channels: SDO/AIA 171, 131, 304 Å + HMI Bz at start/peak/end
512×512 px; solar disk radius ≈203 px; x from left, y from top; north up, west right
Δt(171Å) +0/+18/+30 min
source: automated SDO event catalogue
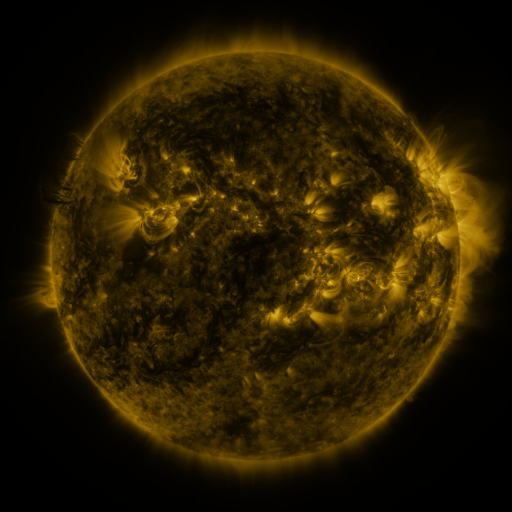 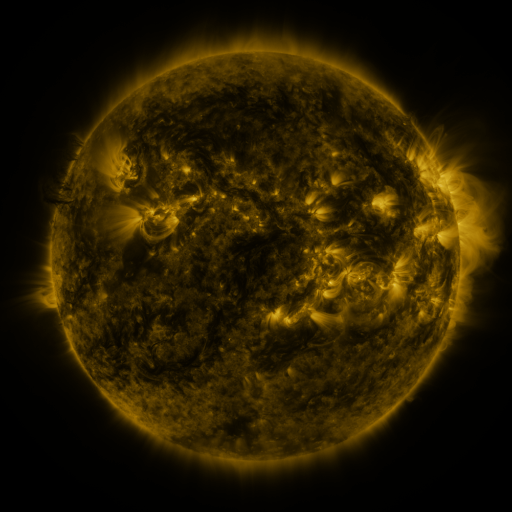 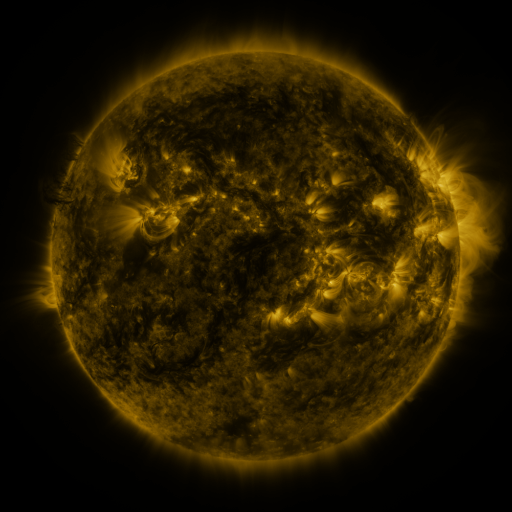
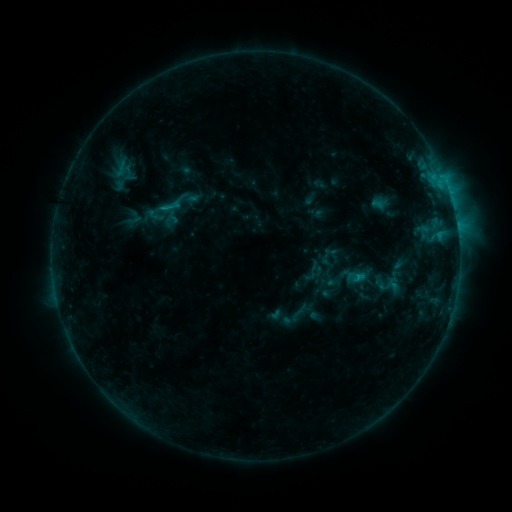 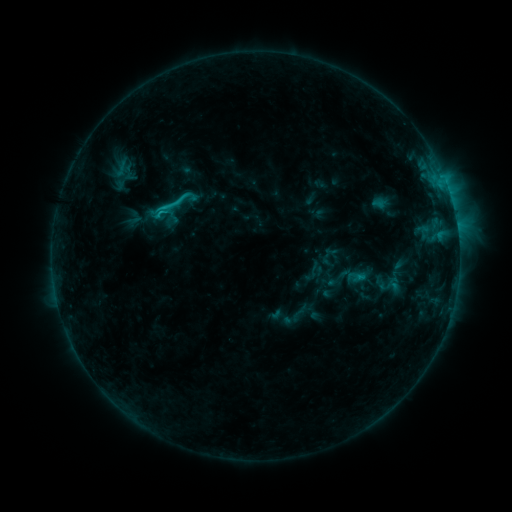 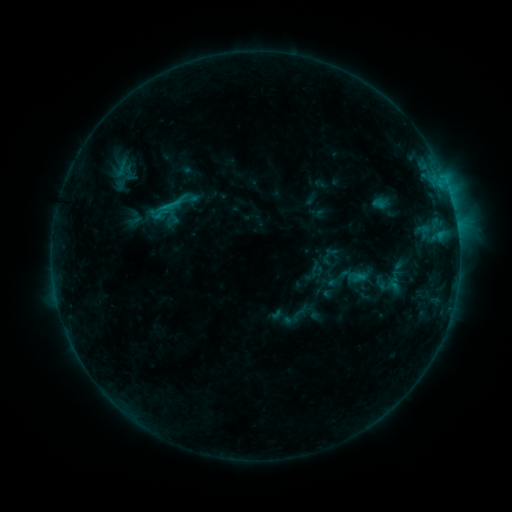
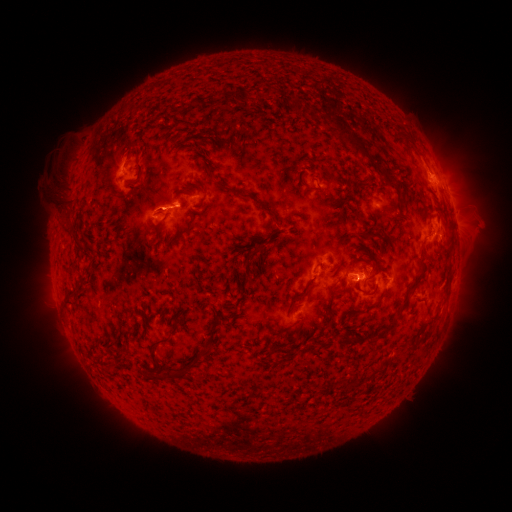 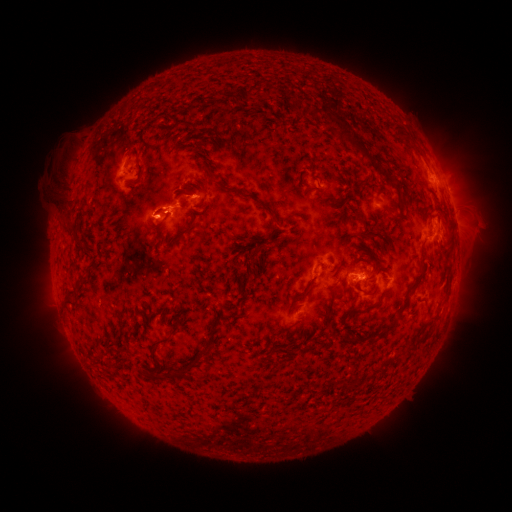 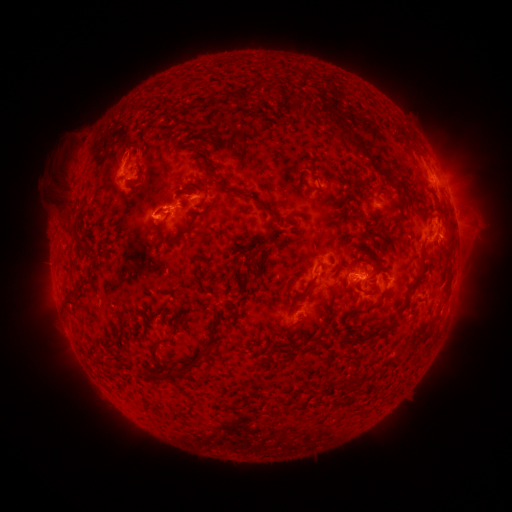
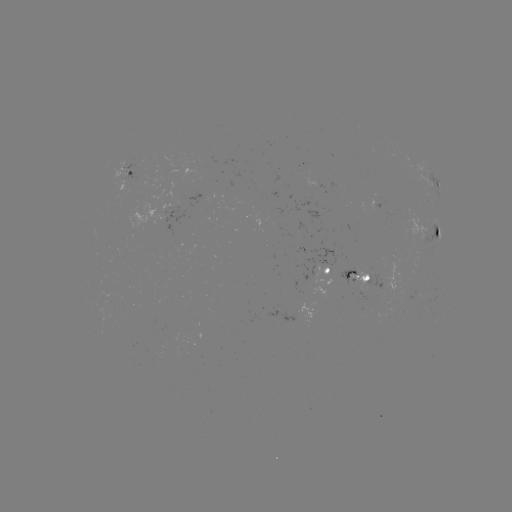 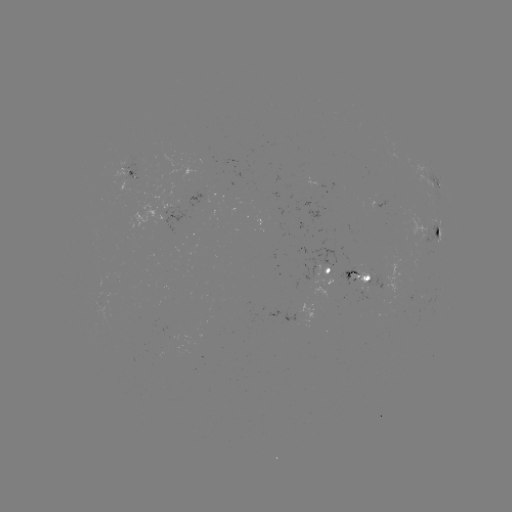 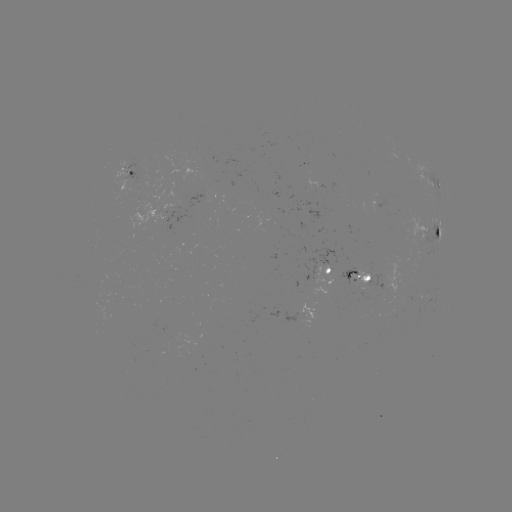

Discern C1.6 flare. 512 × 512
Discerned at [164, 212].